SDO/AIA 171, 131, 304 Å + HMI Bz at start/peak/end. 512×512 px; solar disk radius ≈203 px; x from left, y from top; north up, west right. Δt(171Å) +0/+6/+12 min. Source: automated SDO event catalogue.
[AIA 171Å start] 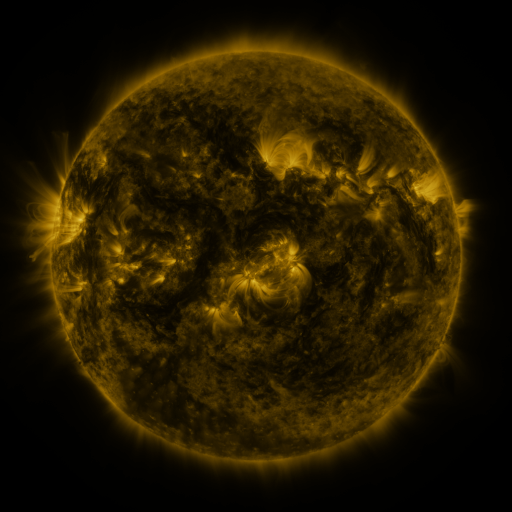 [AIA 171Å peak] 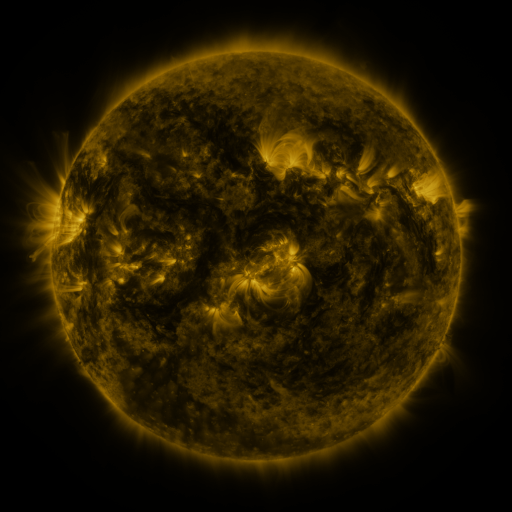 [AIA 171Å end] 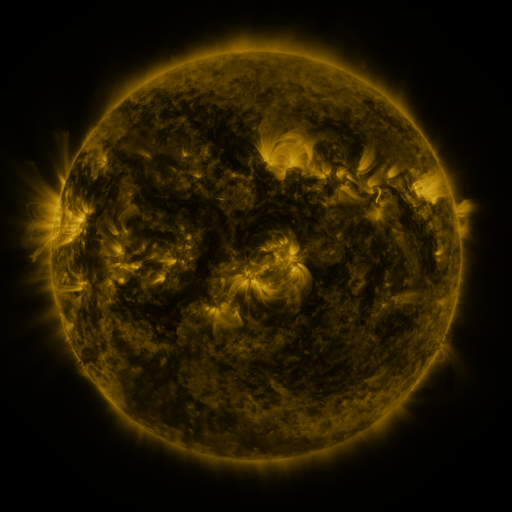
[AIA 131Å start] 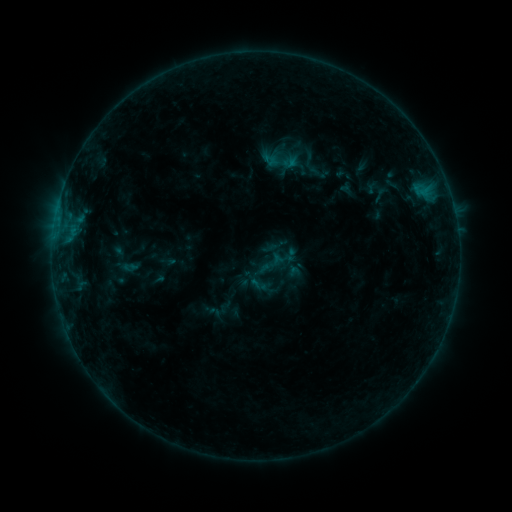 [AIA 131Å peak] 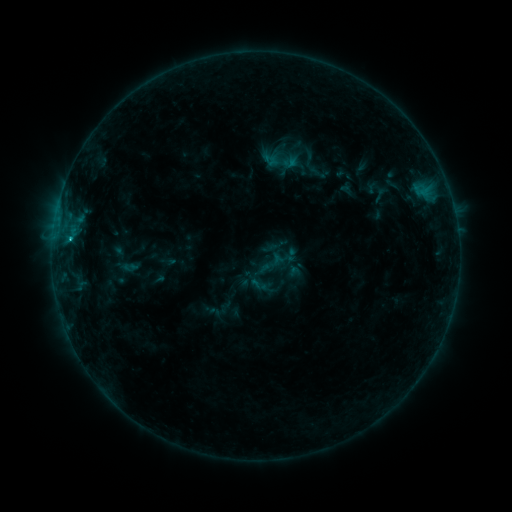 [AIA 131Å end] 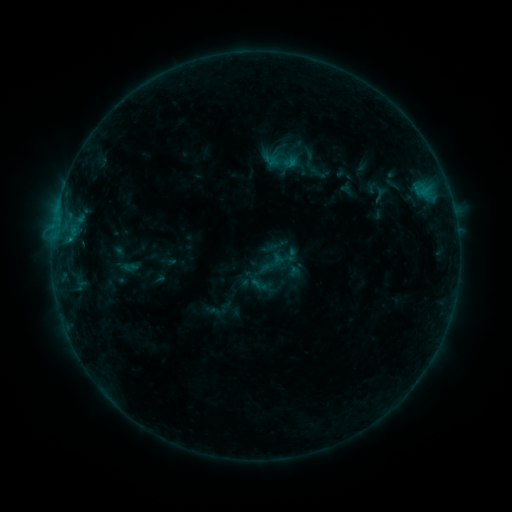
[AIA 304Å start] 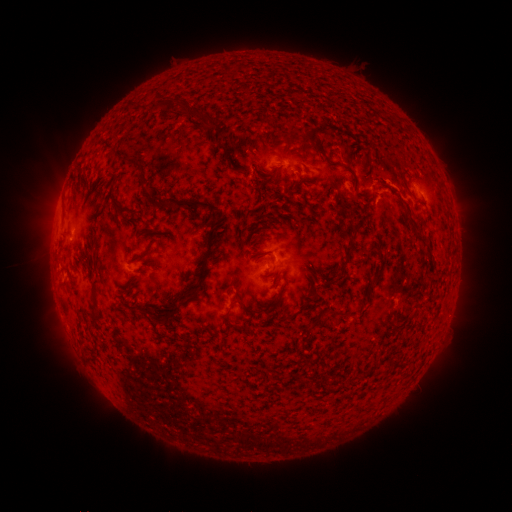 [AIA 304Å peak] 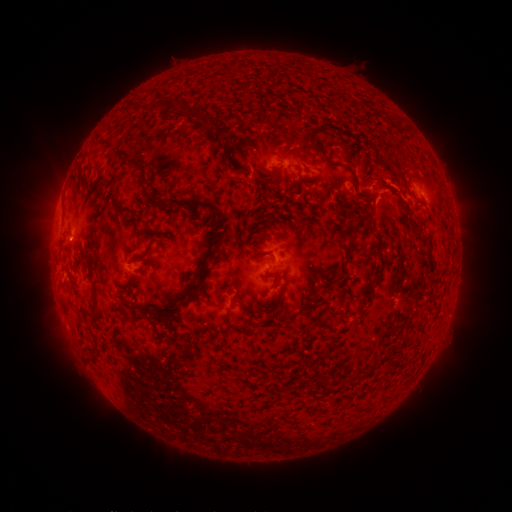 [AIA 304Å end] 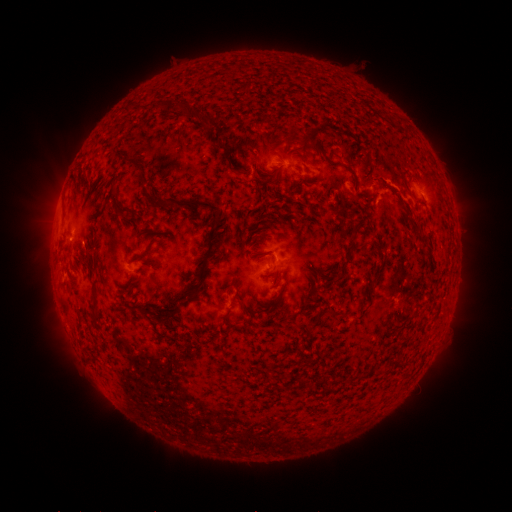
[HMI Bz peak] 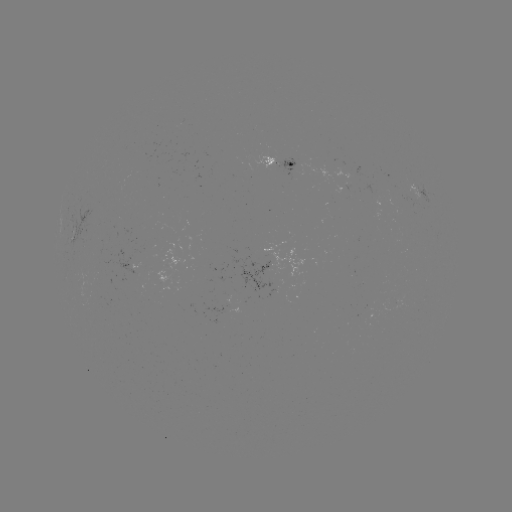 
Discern B7.1 flare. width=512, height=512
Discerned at [71, 241].